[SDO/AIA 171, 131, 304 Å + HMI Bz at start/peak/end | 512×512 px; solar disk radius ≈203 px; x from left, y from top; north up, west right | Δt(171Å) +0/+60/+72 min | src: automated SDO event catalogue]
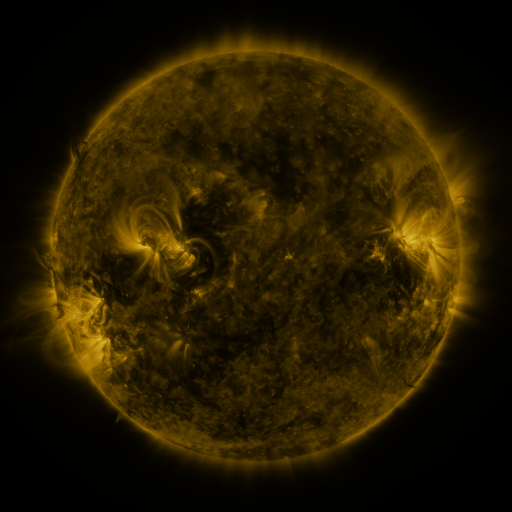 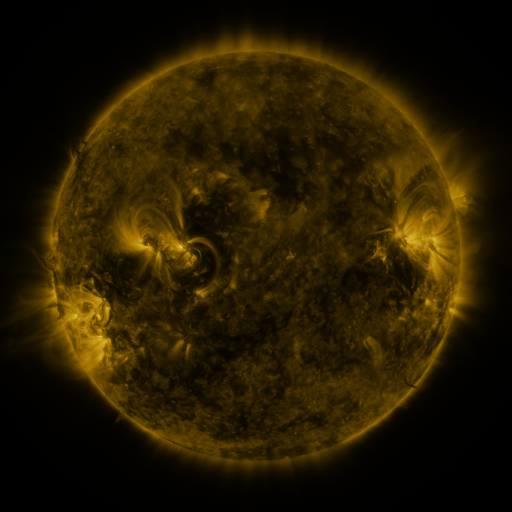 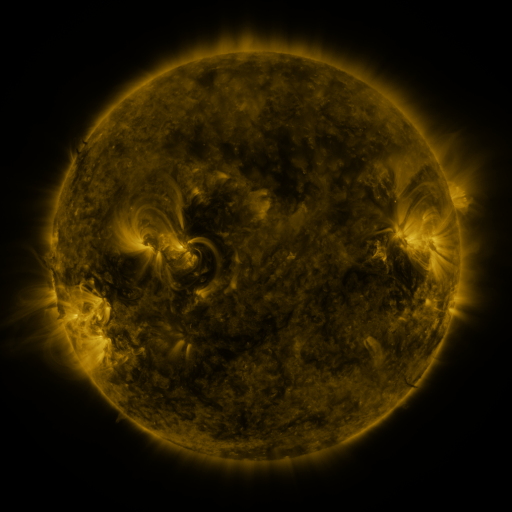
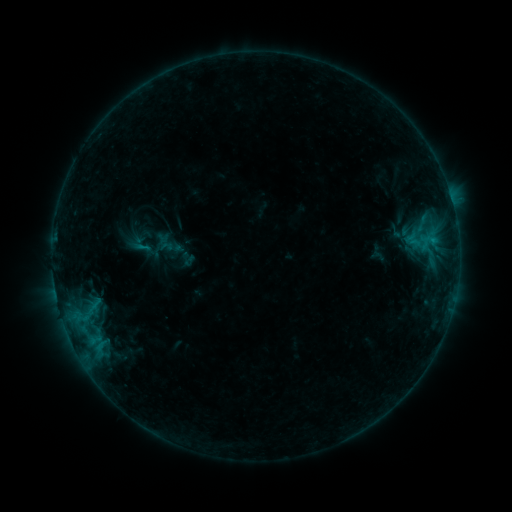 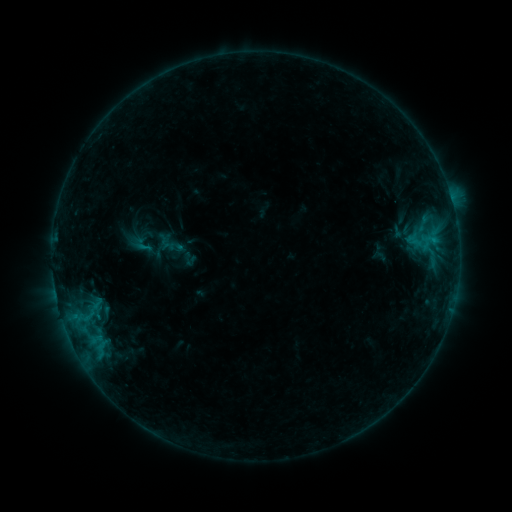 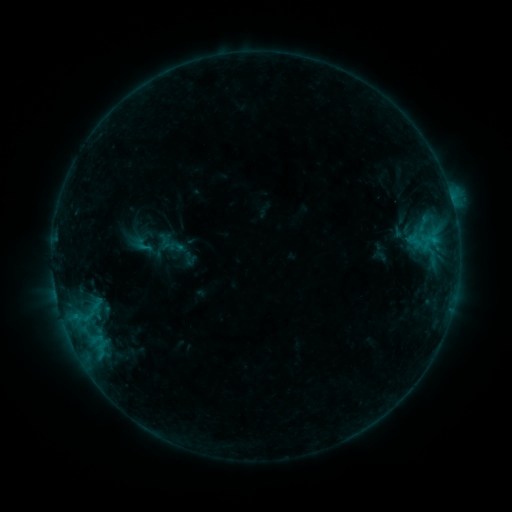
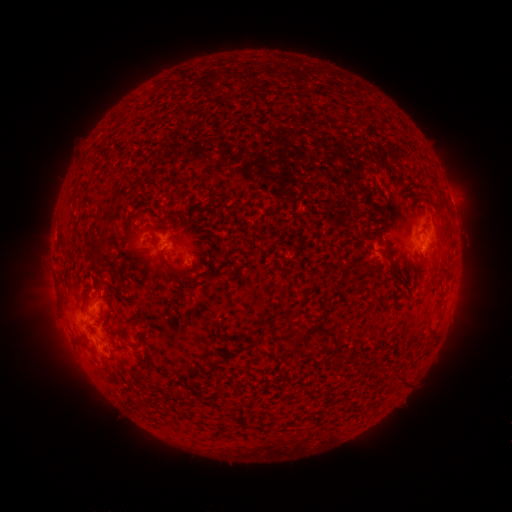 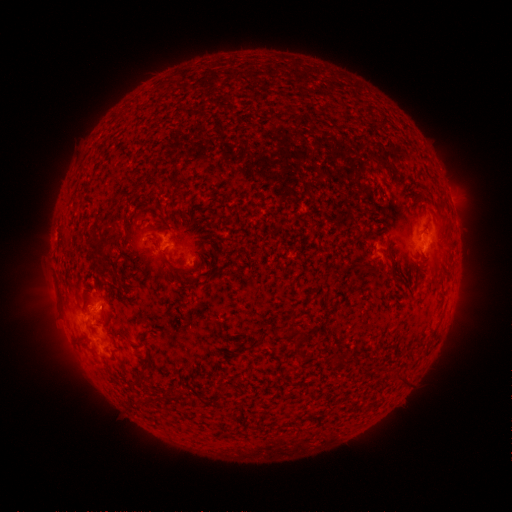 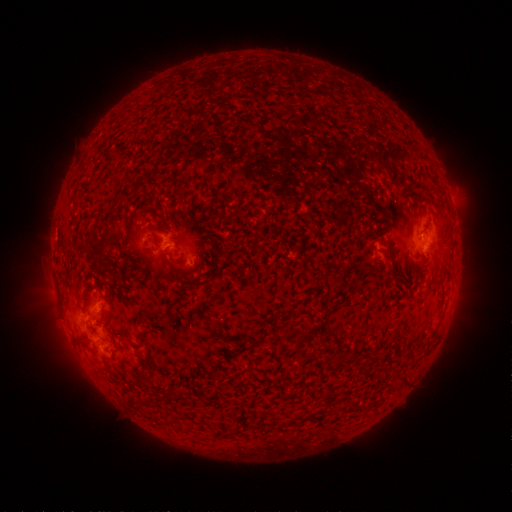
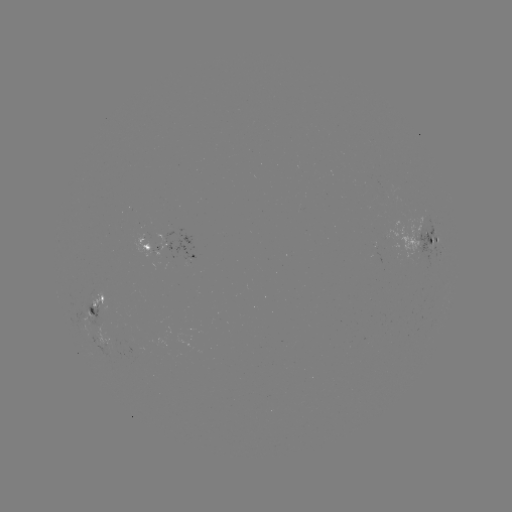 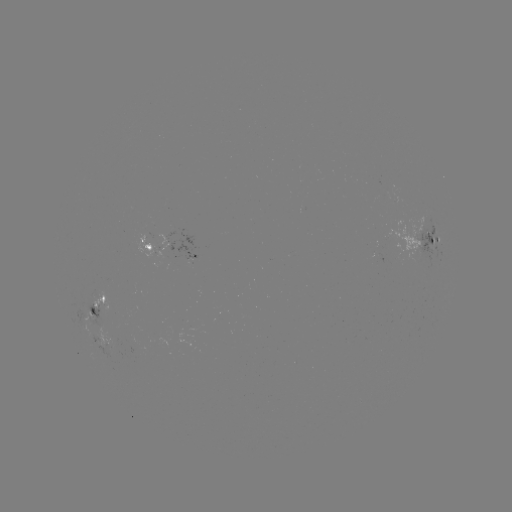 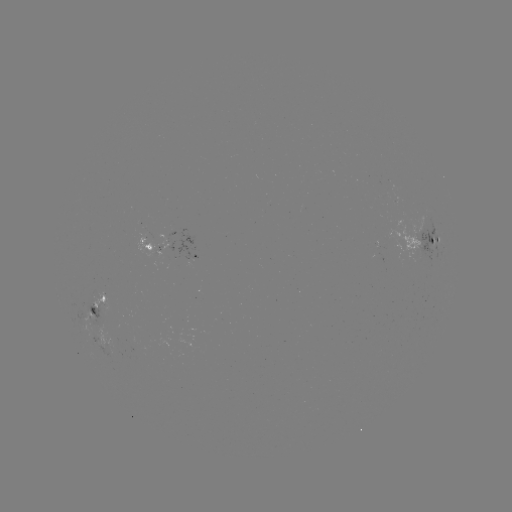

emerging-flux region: <bbox>87, 324, 118, 350</bbox>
